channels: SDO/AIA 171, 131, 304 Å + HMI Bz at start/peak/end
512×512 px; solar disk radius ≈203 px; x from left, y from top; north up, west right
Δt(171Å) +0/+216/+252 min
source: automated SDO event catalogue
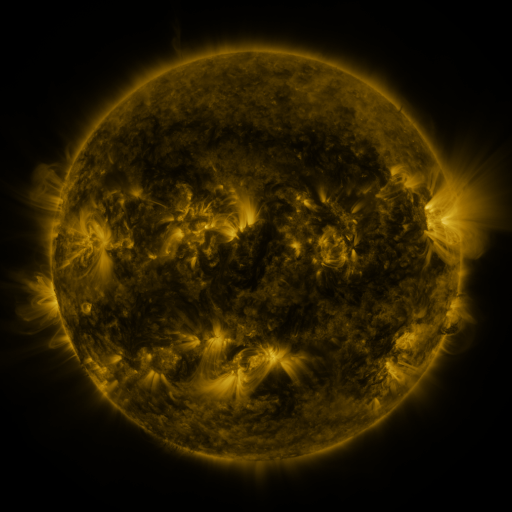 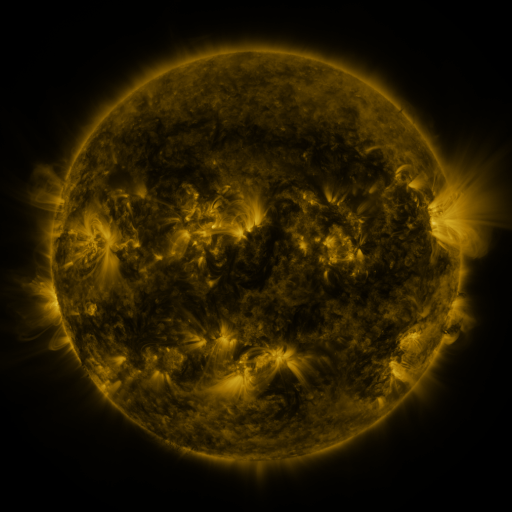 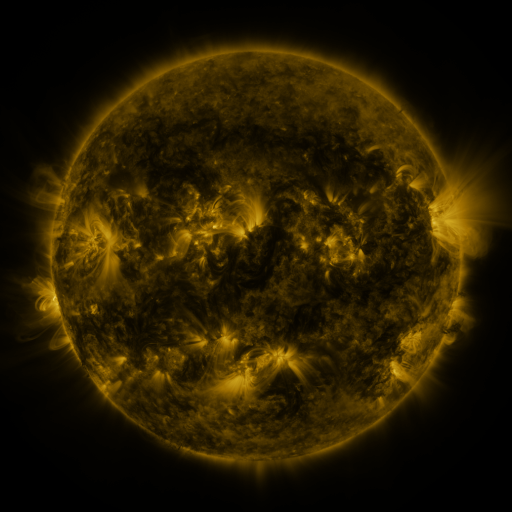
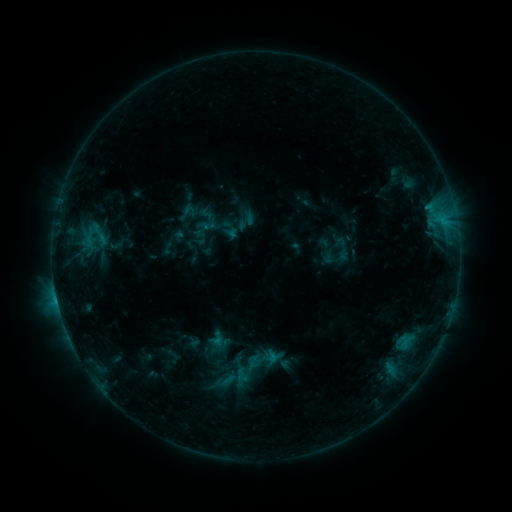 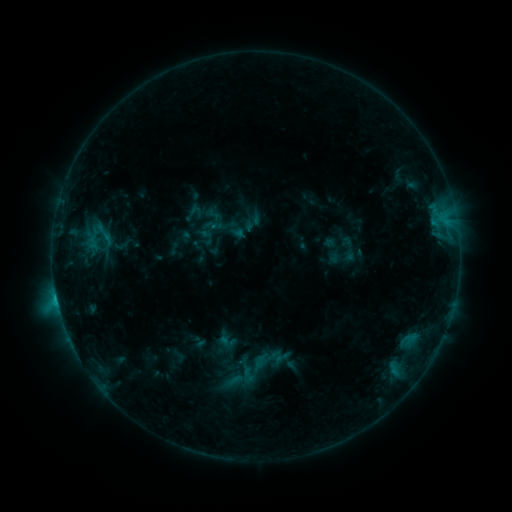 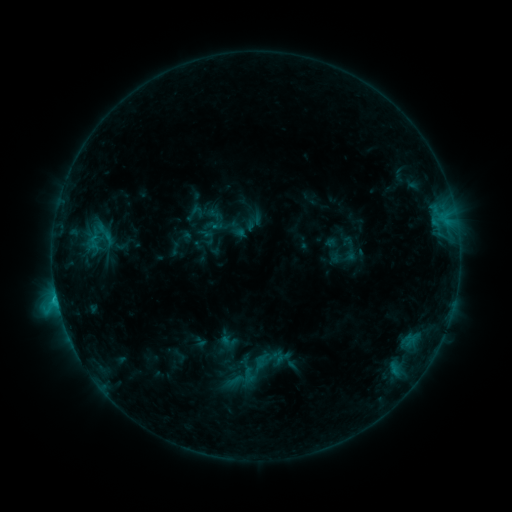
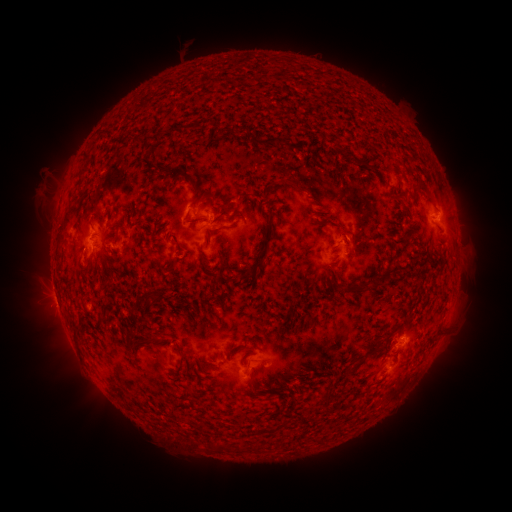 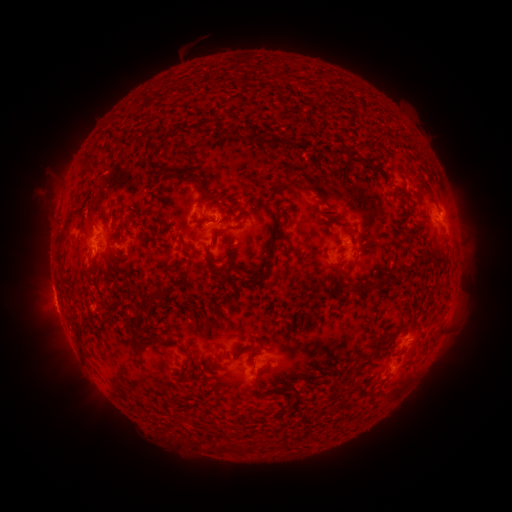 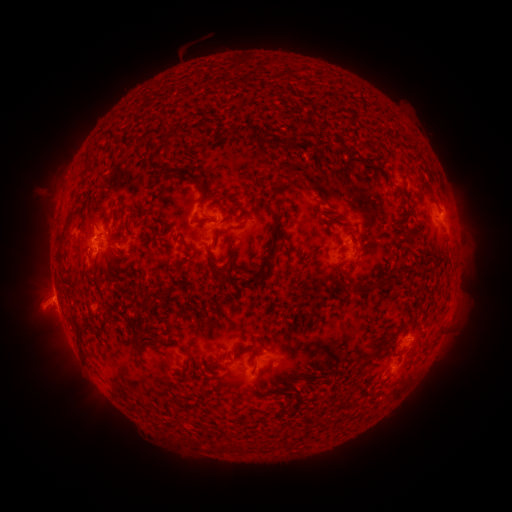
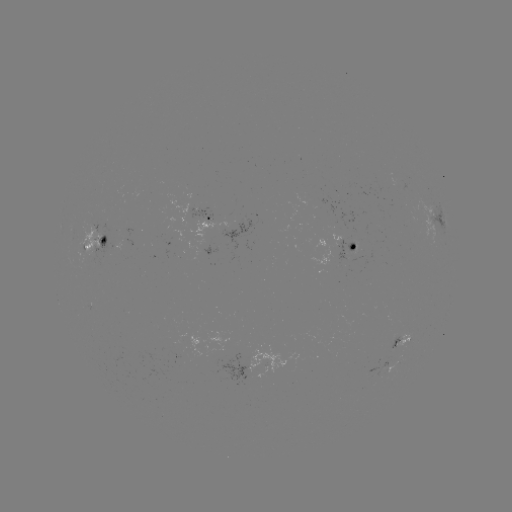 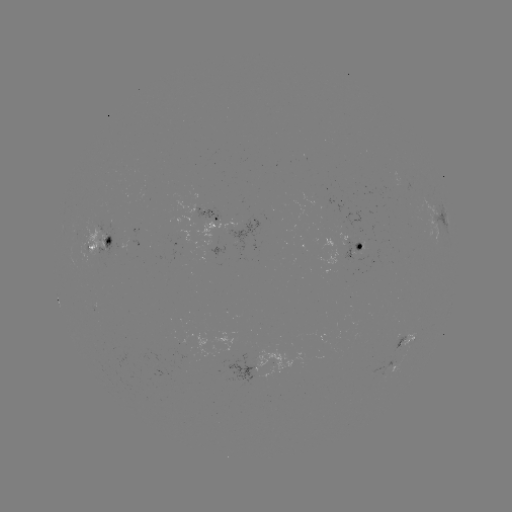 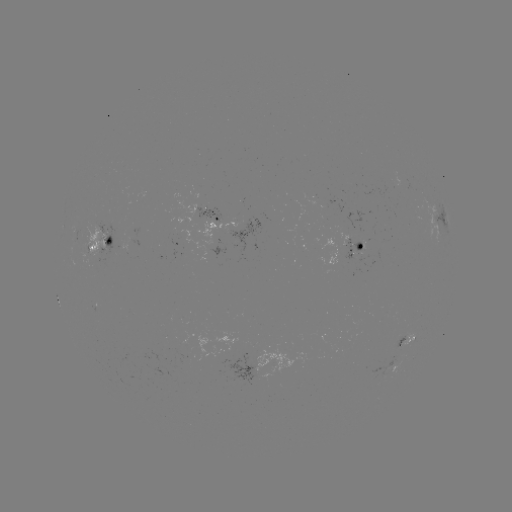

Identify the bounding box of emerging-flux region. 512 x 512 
[227, 216, 260, 255].